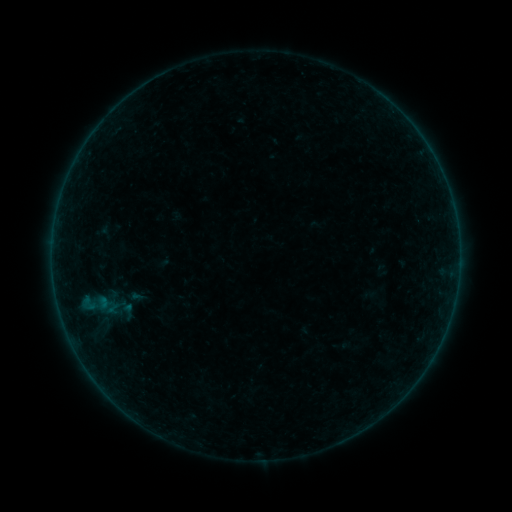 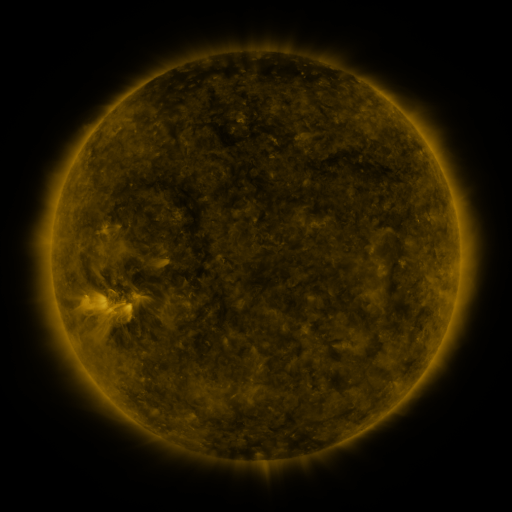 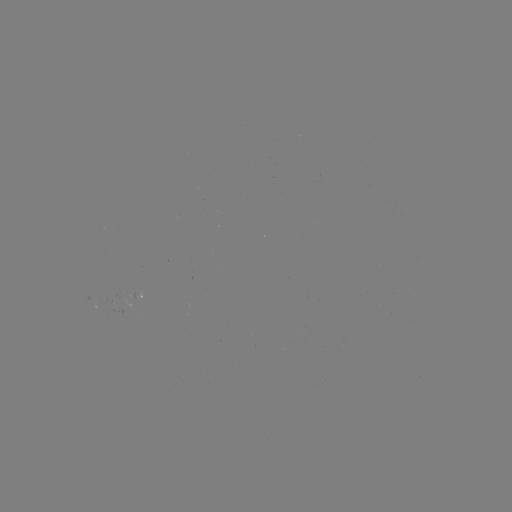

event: sigmoid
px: (127, 312)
